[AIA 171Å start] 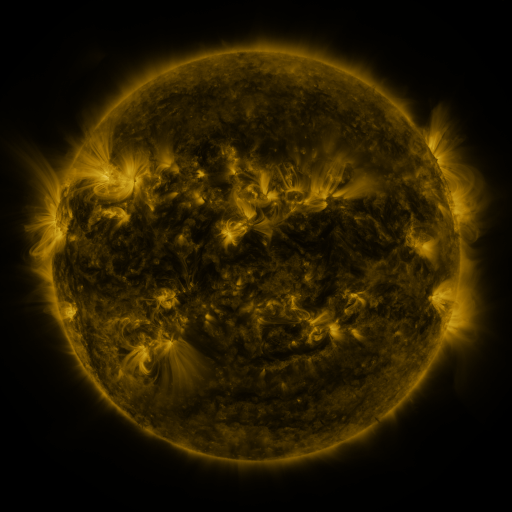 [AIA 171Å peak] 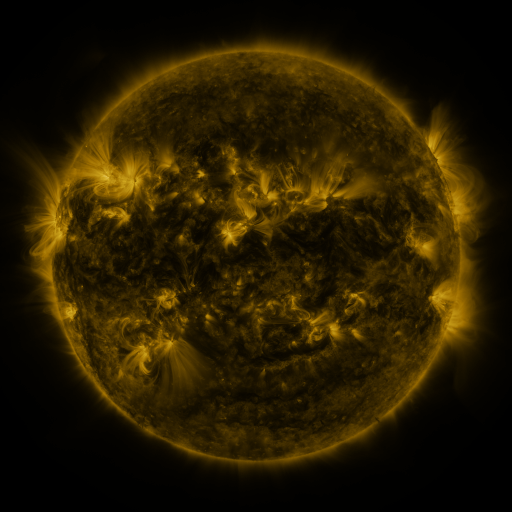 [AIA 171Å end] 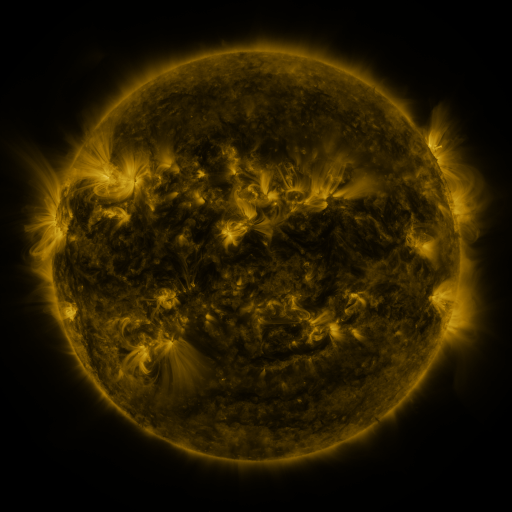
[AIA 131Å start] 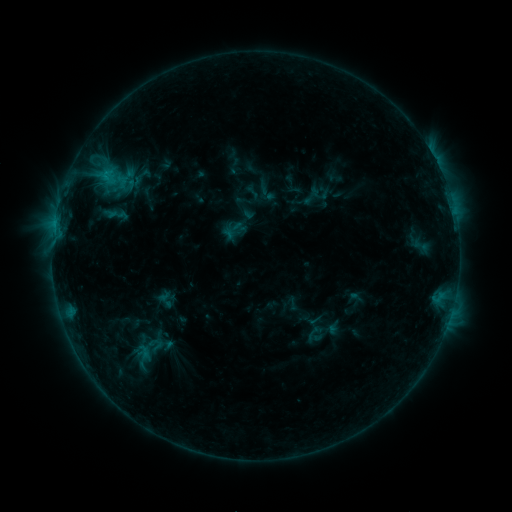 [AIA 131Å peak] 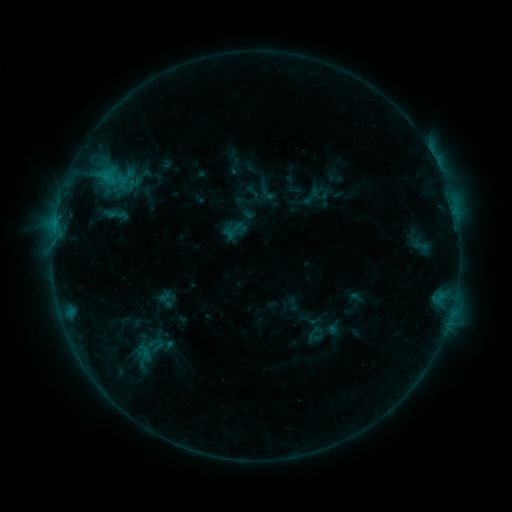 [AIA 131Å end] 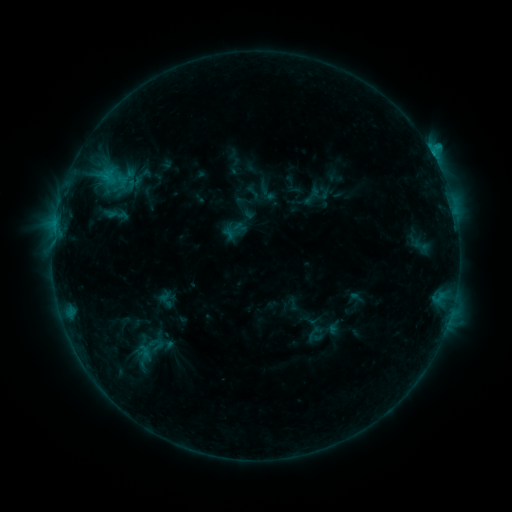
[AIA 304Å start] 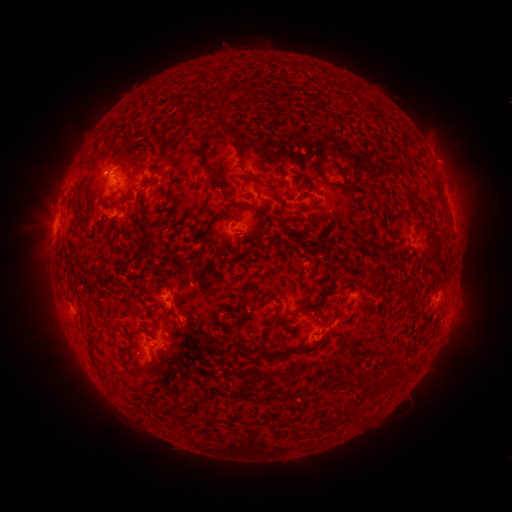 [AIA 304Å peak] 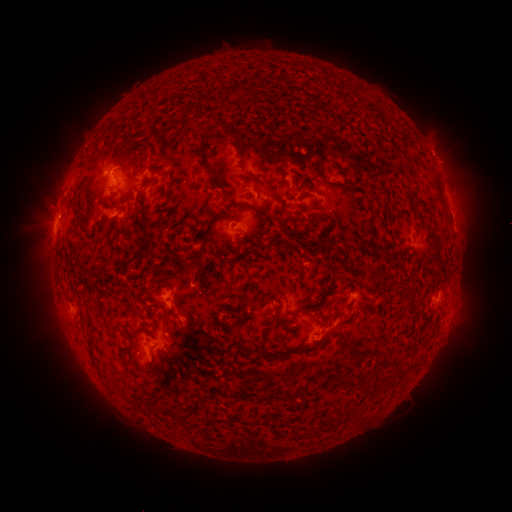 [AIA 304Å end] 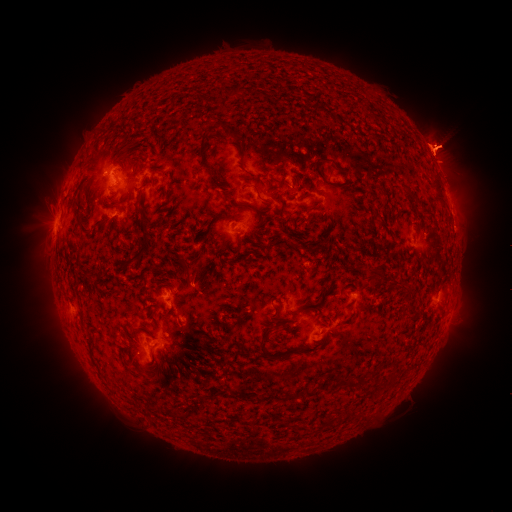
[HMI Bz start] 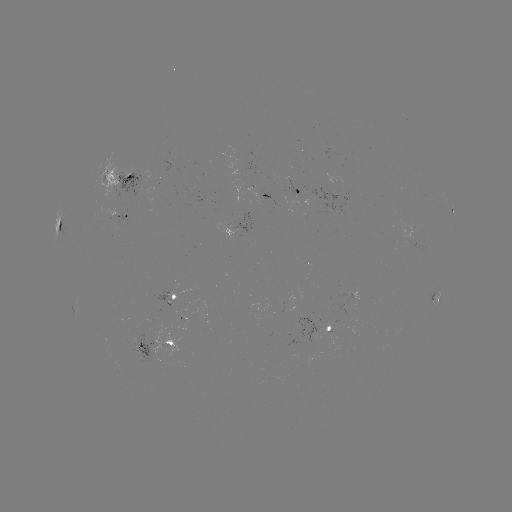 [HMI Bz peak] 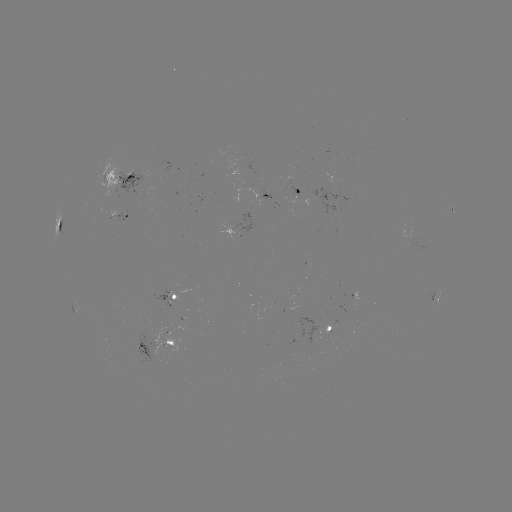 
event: flare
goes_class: C1.3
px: (55, 224)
